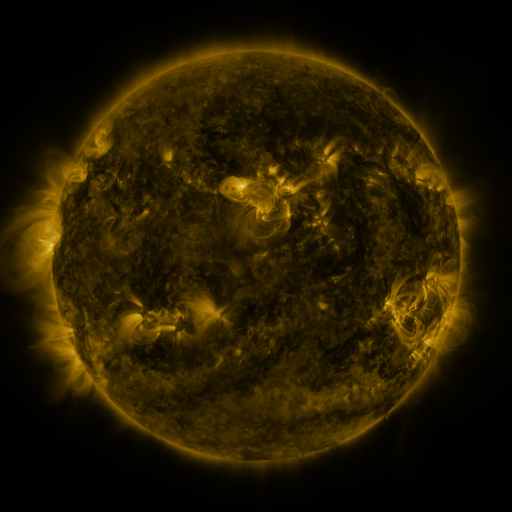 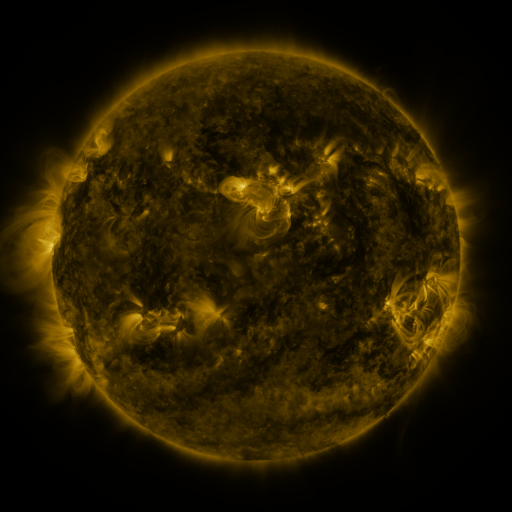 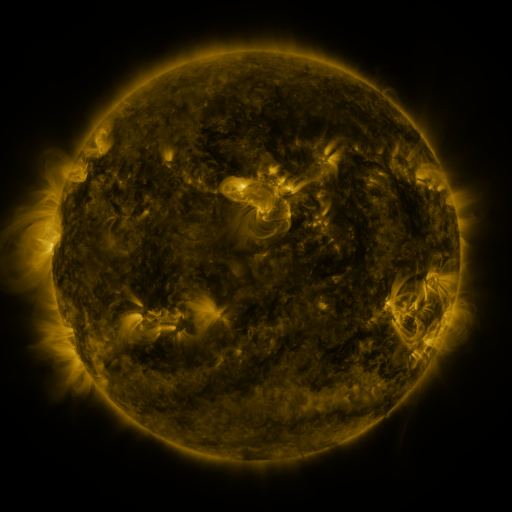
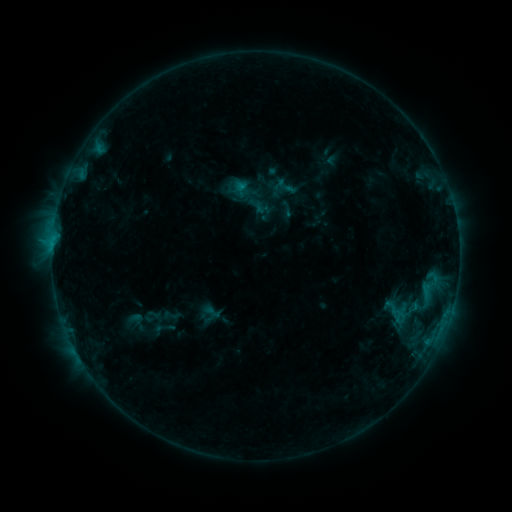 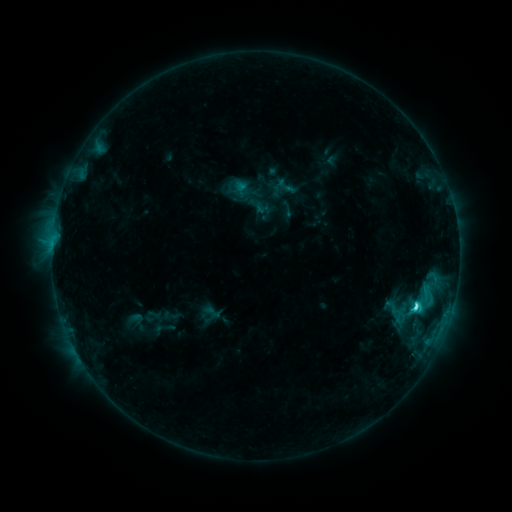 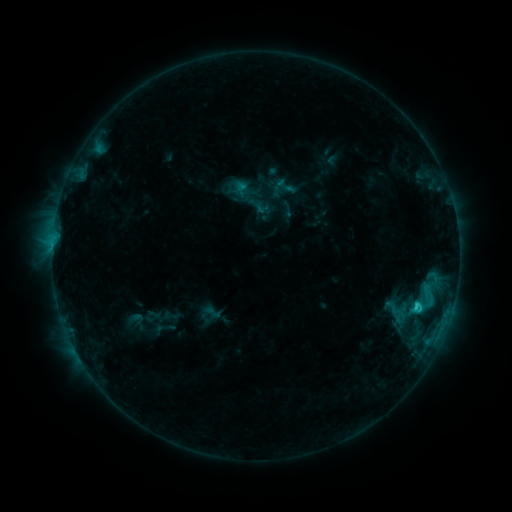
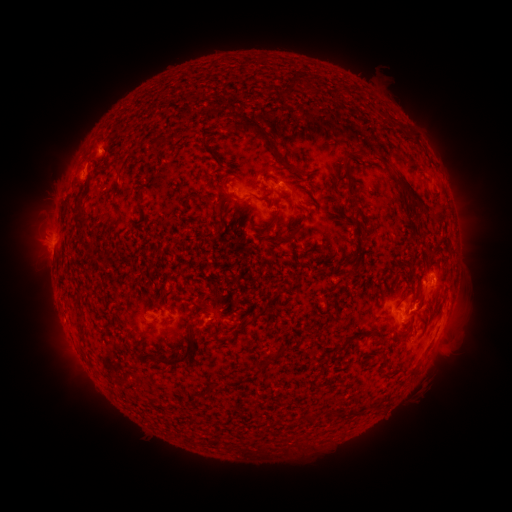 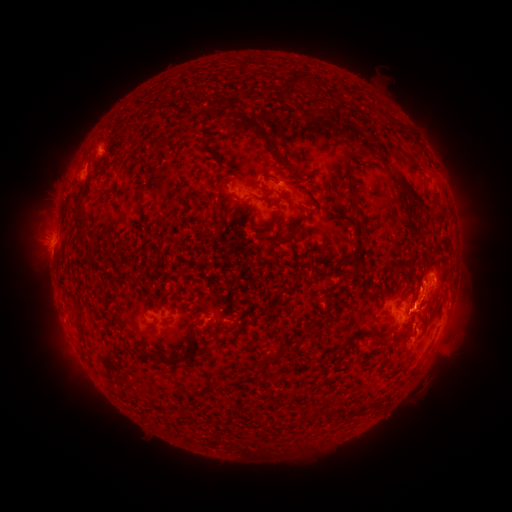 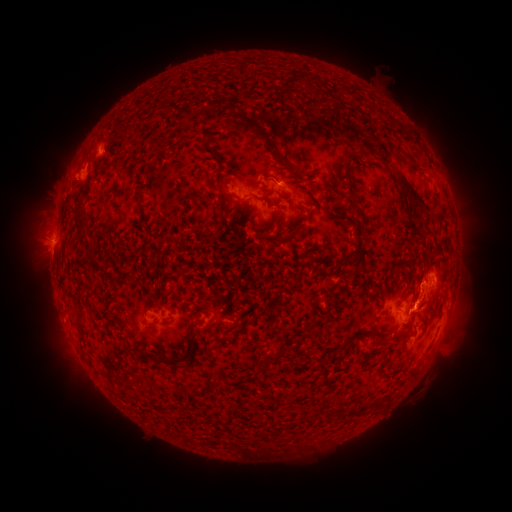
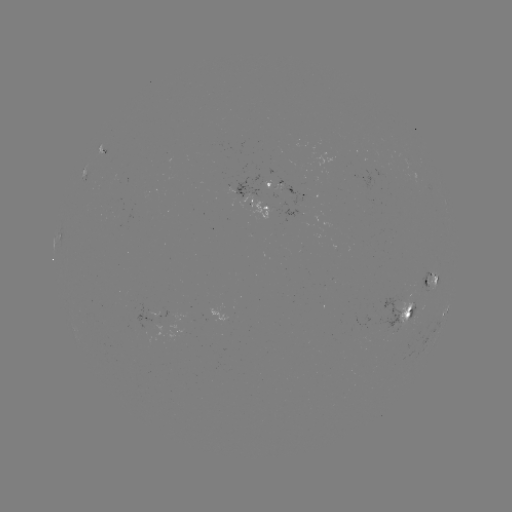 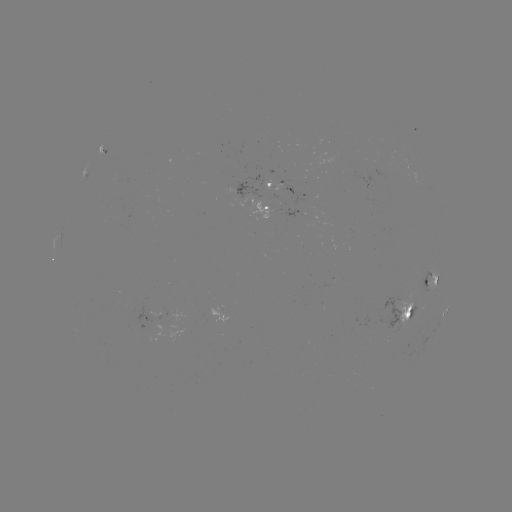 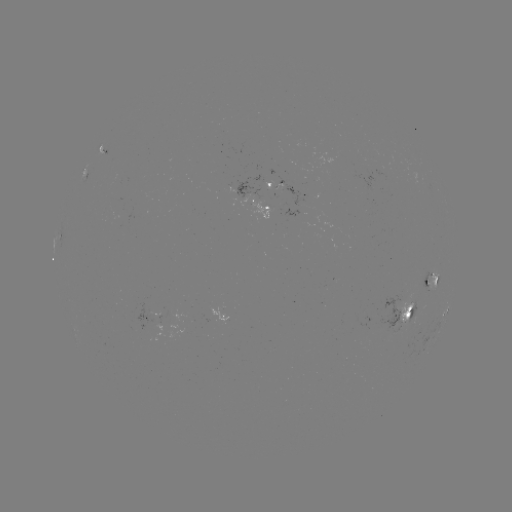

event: flare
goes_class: C3.4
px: (414, 305)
